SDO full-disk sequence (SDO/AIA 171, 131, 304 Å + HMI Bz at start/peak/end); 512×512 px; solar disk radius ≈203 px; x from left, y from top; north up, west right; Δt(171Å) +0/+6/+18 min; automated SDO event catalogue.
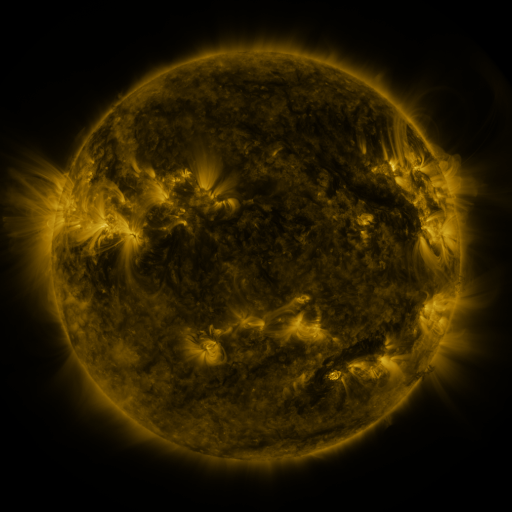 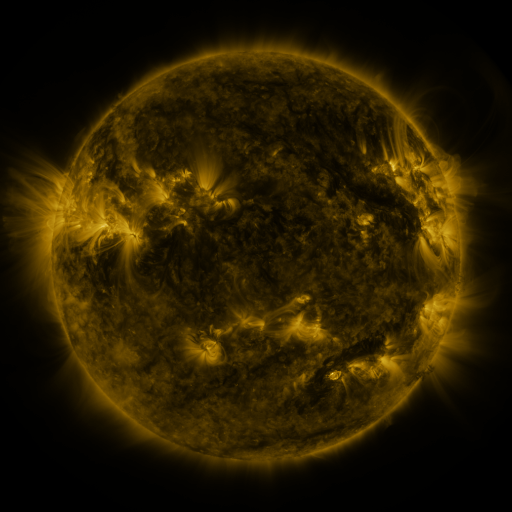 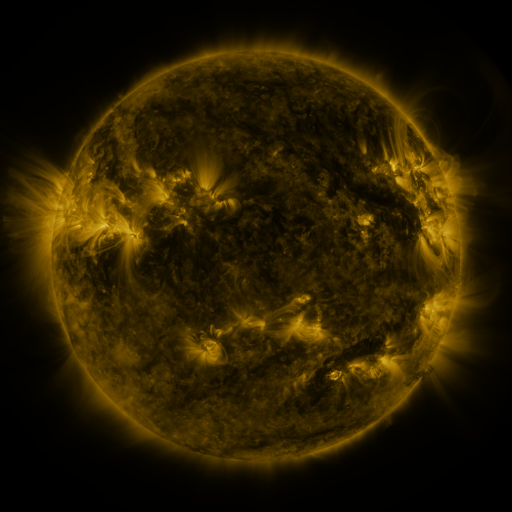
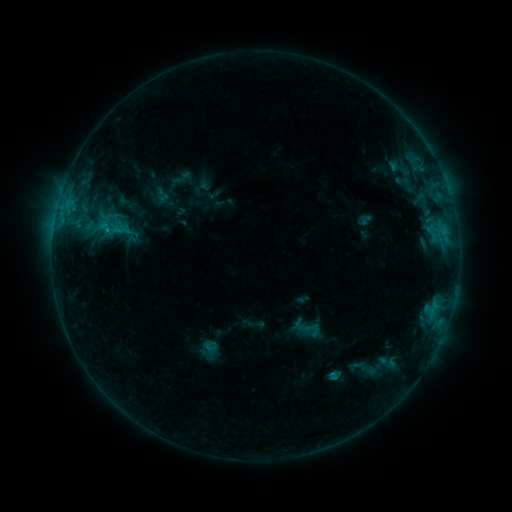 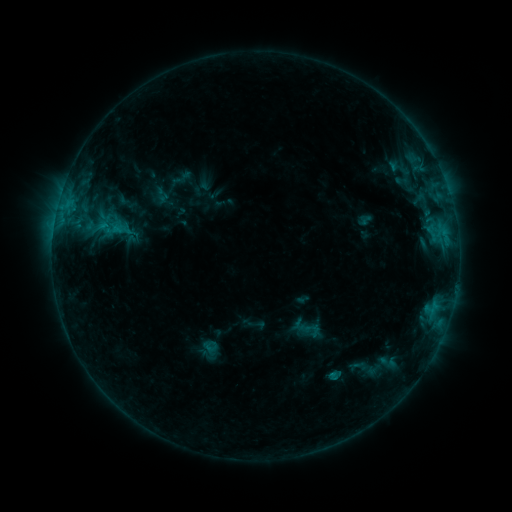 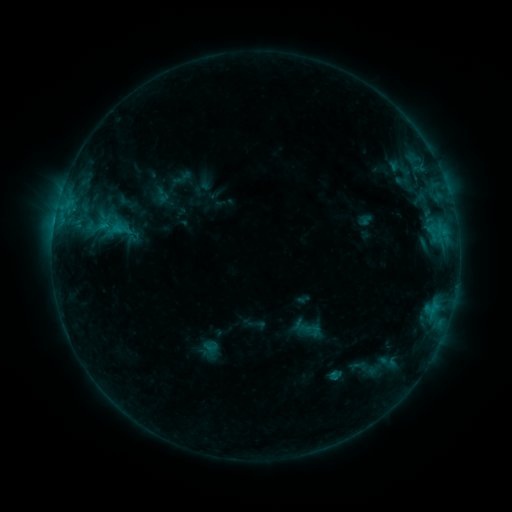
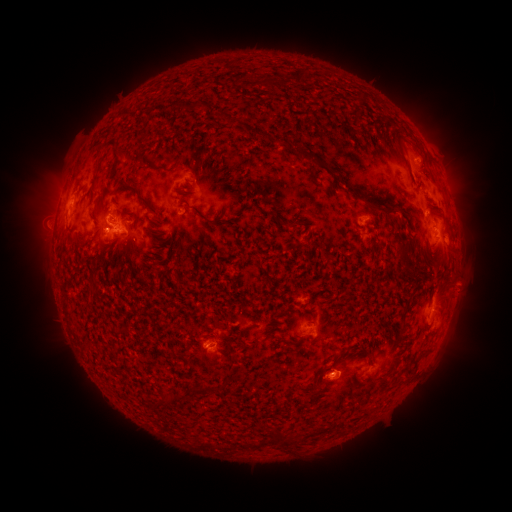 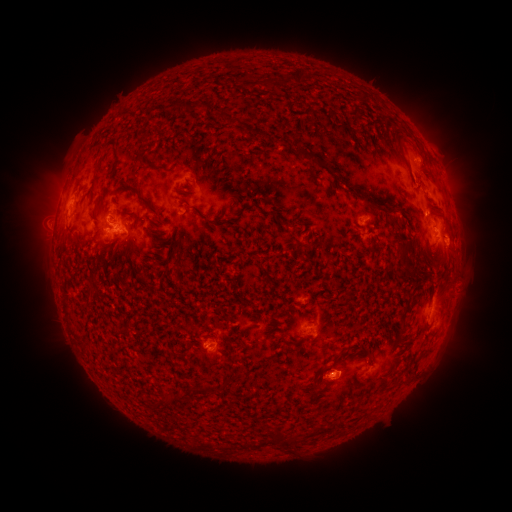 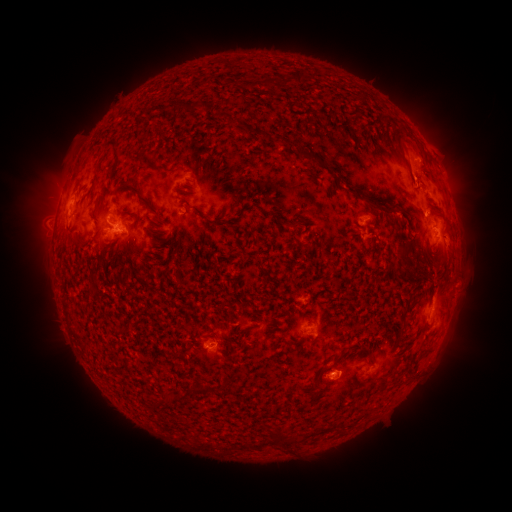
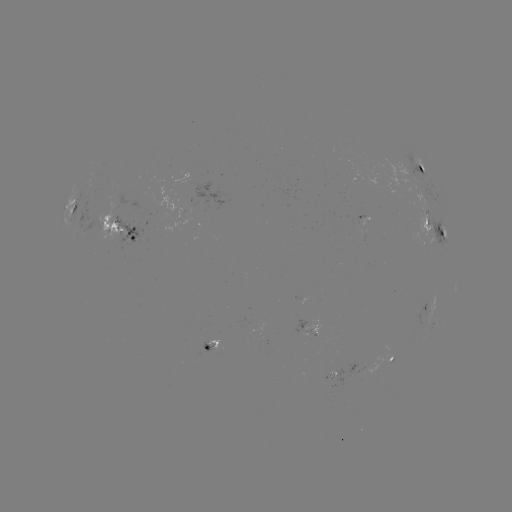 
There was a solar eruption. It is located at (50, 194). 